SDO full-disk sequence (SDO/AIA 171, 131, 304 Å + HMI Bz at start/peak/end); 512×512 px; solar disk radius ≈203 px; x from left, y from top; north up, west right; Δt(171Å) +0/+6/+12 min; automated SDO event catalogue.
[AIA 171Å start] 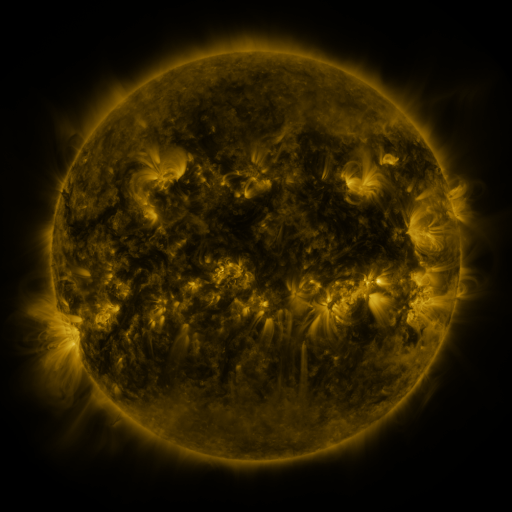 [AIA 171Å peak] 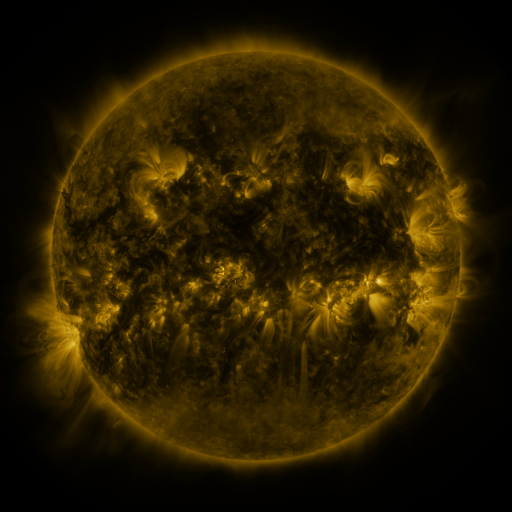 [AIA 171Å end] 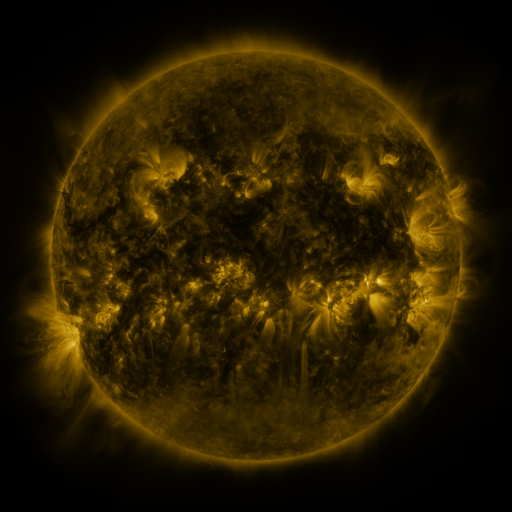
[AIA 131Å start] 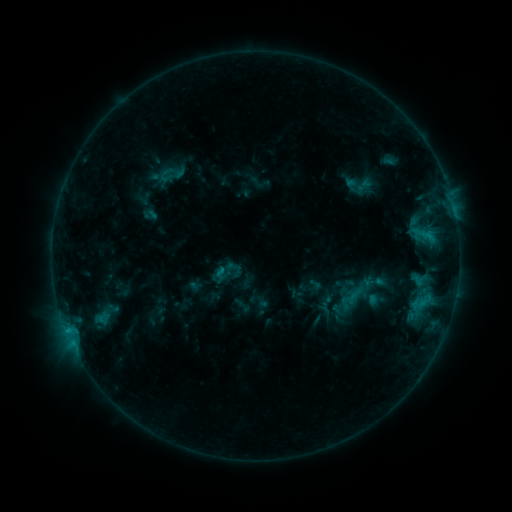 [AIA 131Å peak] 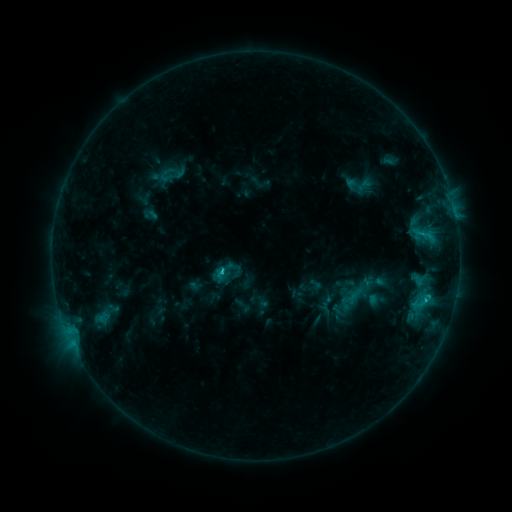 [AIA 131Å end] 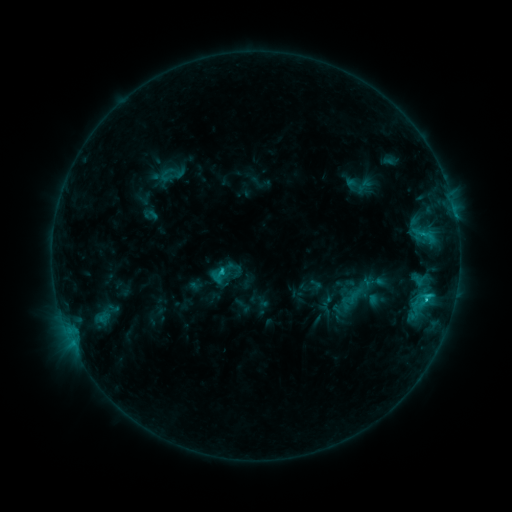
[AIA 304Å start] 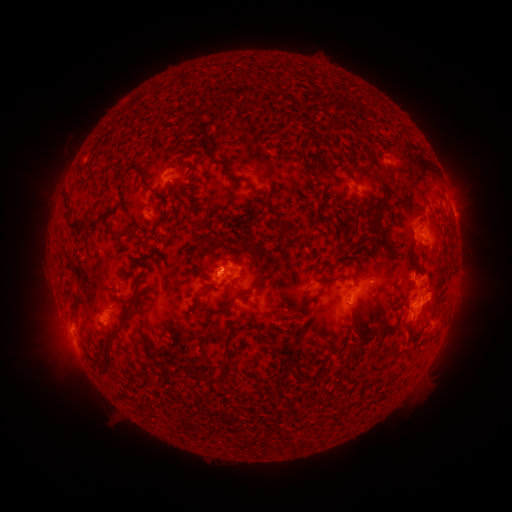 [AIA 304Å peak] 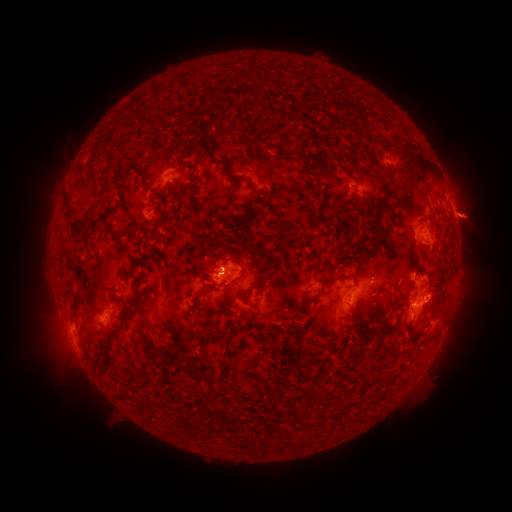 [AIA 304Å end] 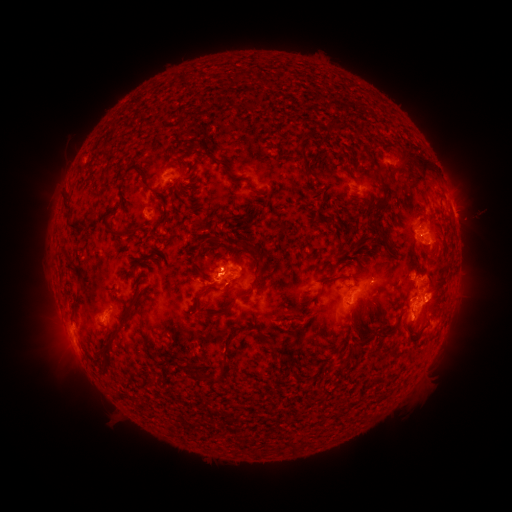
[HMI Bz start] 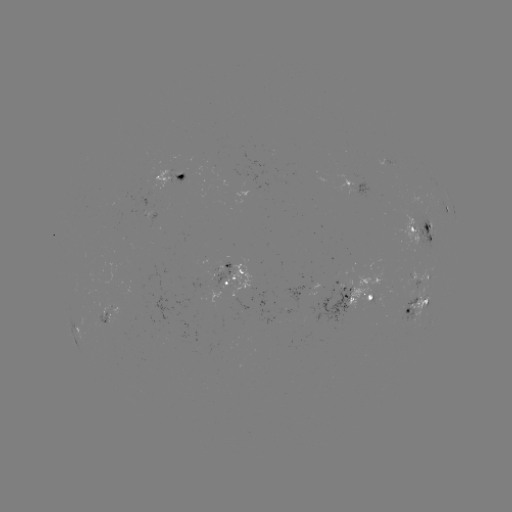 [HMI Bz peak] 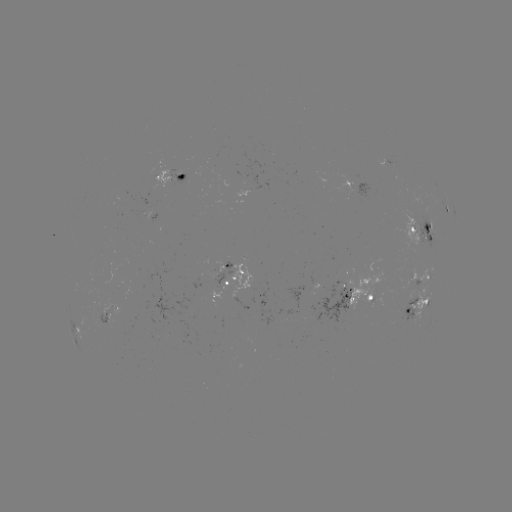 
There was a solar eruption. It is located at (217, 262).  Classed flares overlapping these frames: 1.